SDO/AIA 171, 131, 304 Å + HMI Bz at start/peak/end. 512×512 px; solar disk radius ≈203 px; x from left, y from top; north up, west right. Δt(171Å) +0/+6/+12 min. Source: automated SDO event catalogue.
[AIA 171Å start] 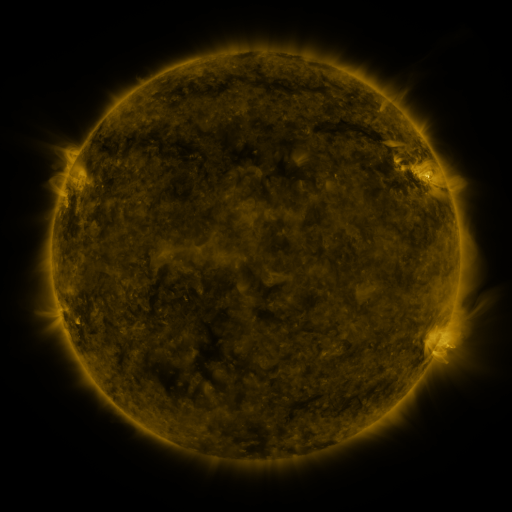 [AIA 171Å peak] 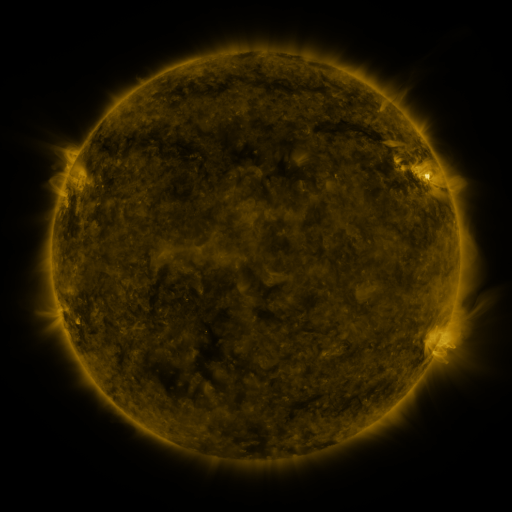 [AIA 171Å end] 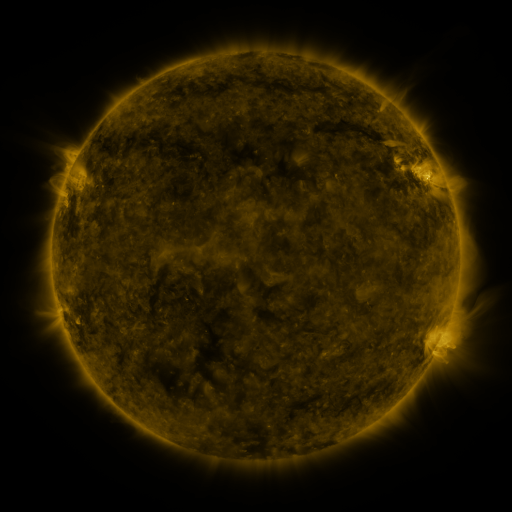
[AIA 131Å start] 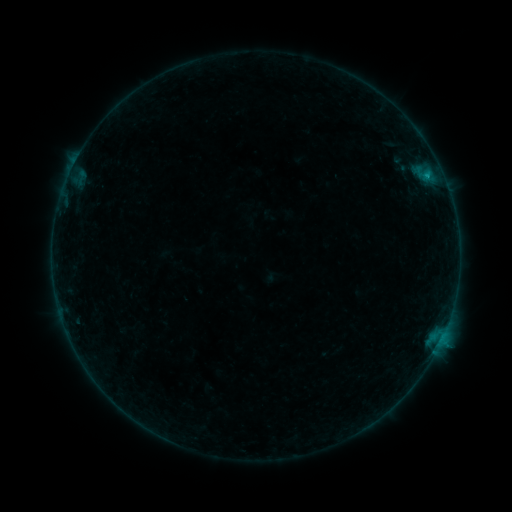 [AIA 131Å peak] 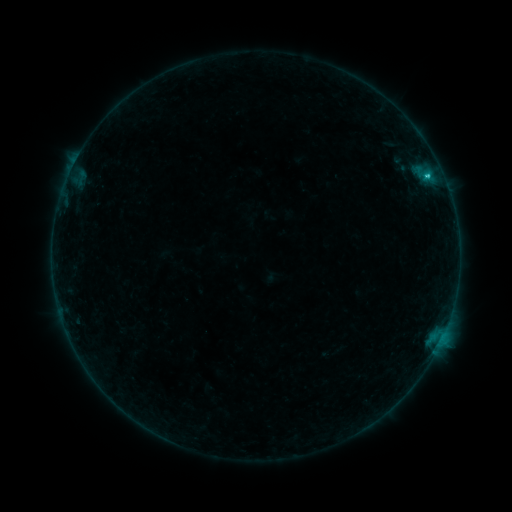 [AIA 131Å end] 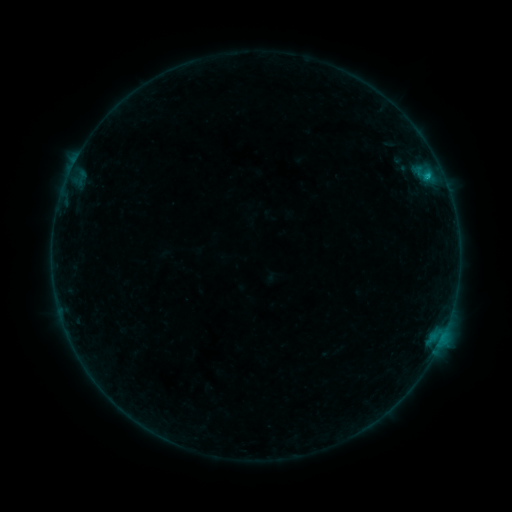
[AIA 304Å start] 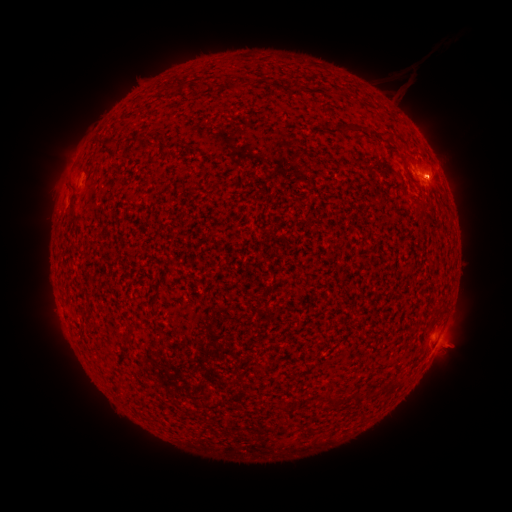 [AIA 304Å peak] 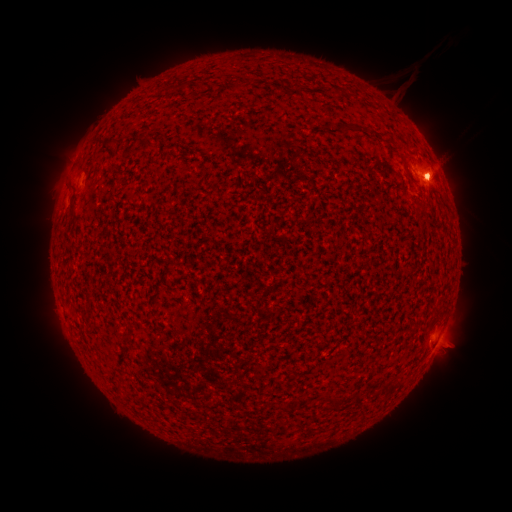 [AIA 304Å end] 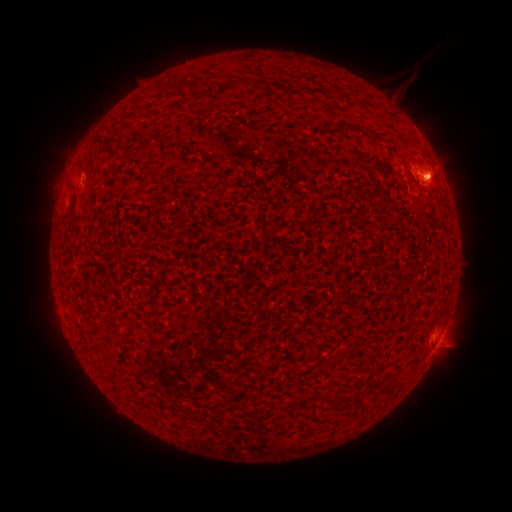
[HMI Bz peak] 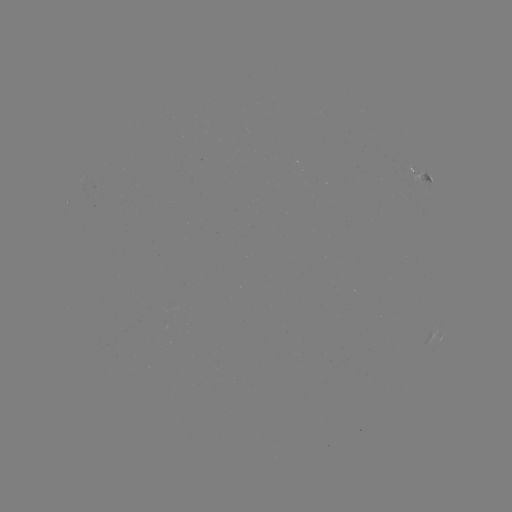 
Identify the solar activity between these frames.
C1.2 flare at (427, 180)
